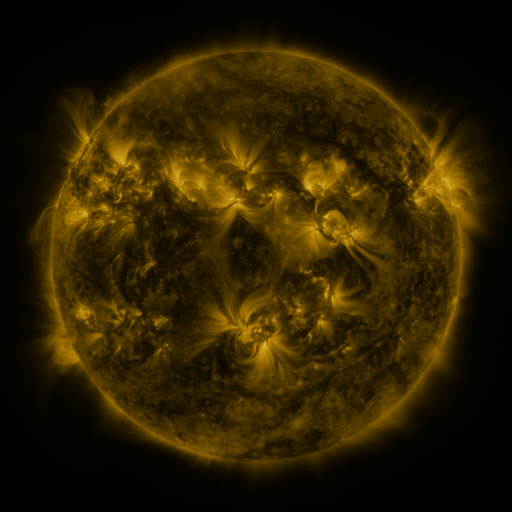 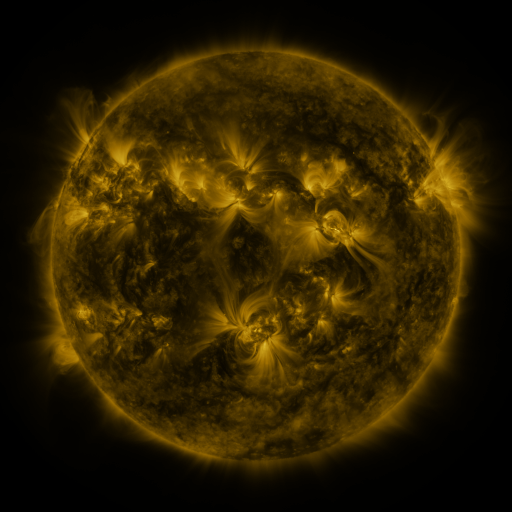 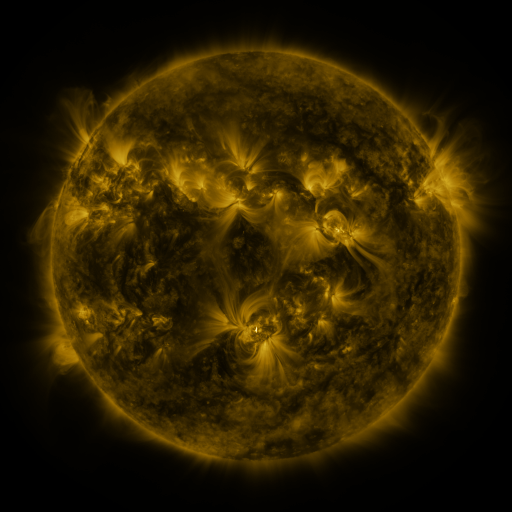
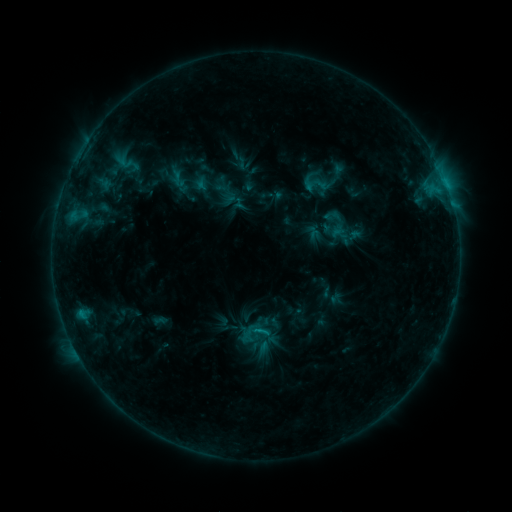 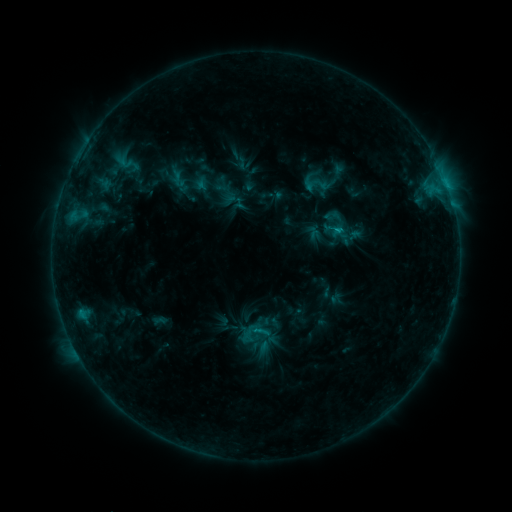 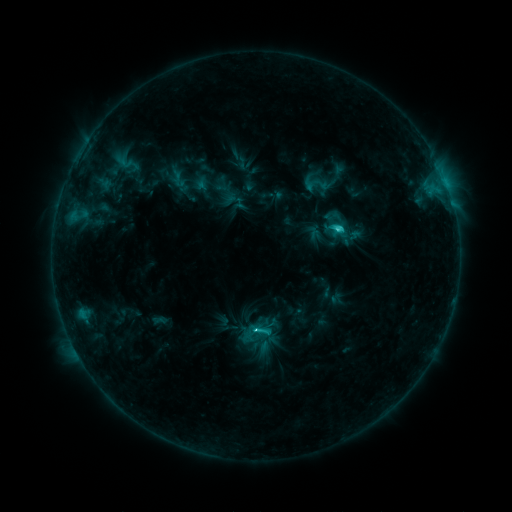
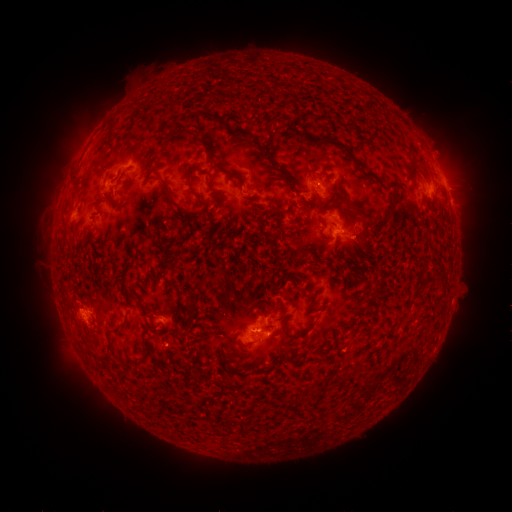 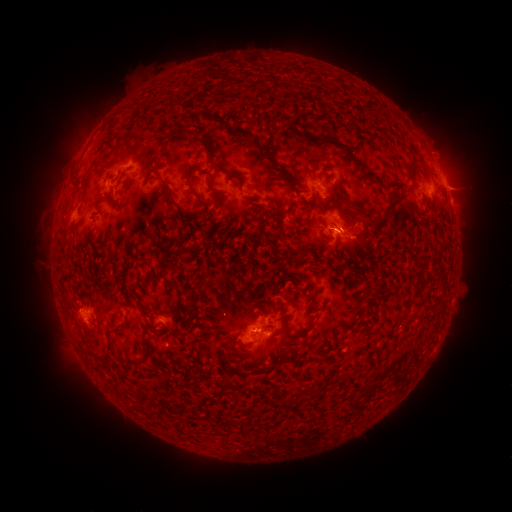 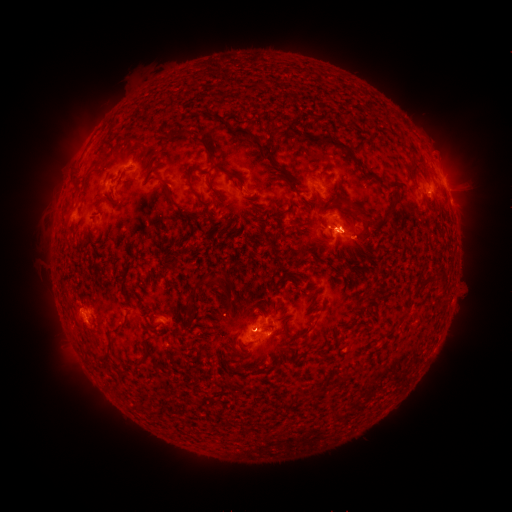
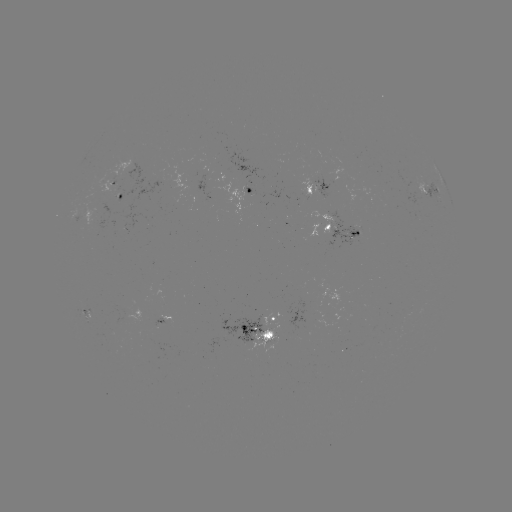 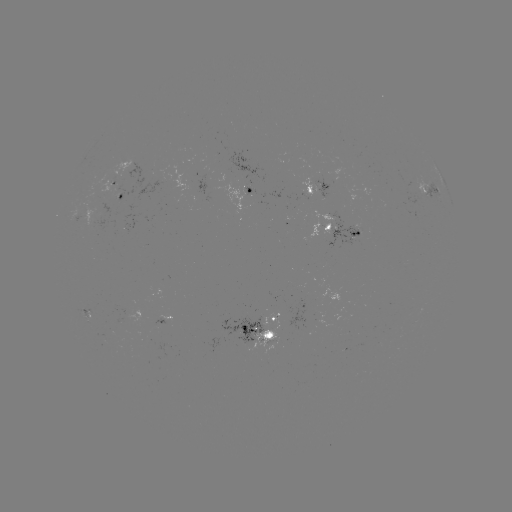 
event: flare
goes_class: C3.7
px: (335, 232)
